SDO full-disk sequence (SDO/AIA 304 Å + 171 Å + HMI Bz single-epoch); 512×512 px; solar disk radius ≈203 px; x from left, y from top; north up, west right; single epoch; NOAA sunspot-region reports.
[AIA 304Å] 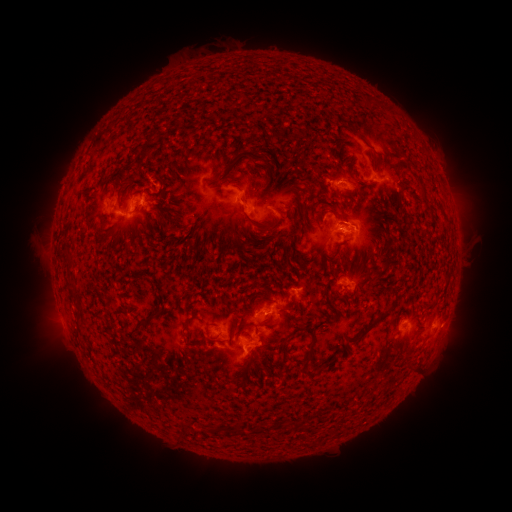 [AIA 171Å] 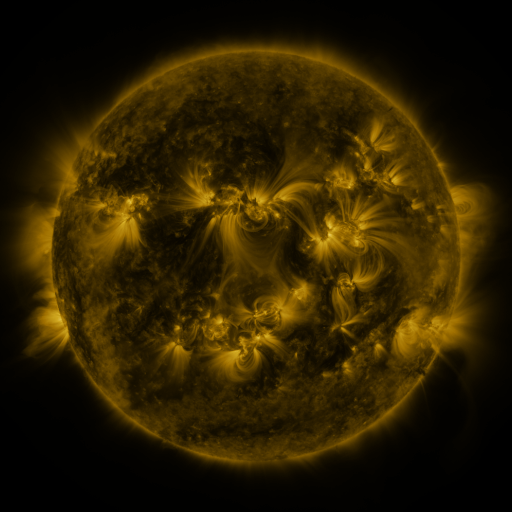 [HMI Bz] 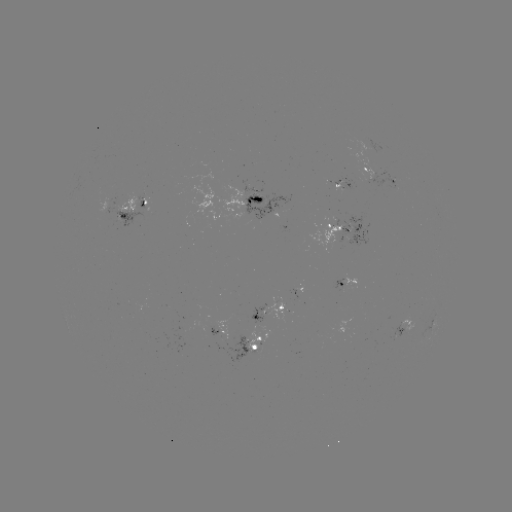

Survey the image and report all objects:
spotted active region: (377, 173)
spotted active region: (347, 185)
spotted active region: (259, 205)
spotted active region: (138, 206)
spotted active region: (348, 230)
spotted active region: (350, 283)
spotted active region: (273, 307)
spotted active region: (226, 327)
spotted active region: (406, 327)
spotted active region: (259, 340)
